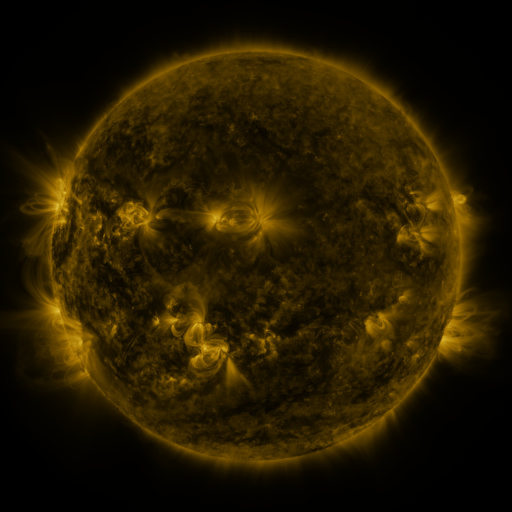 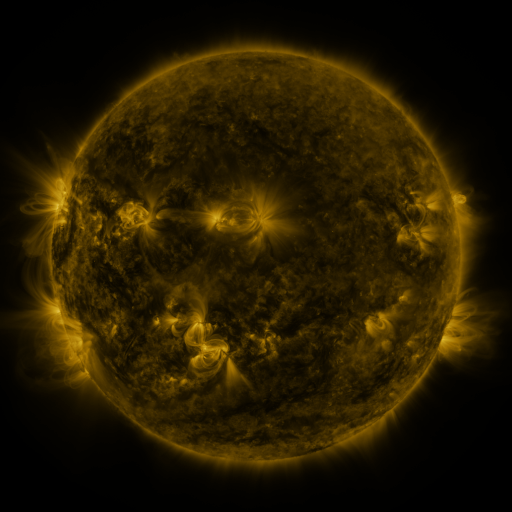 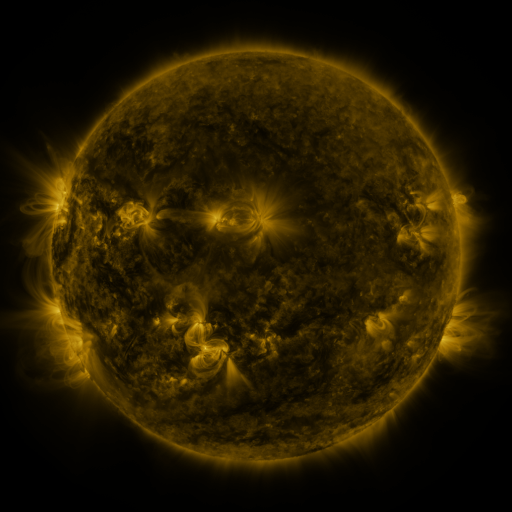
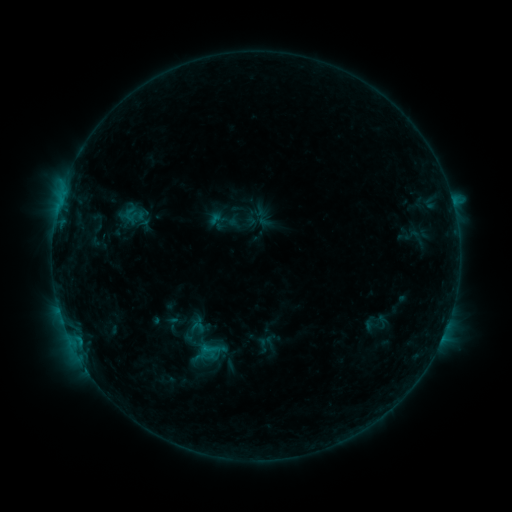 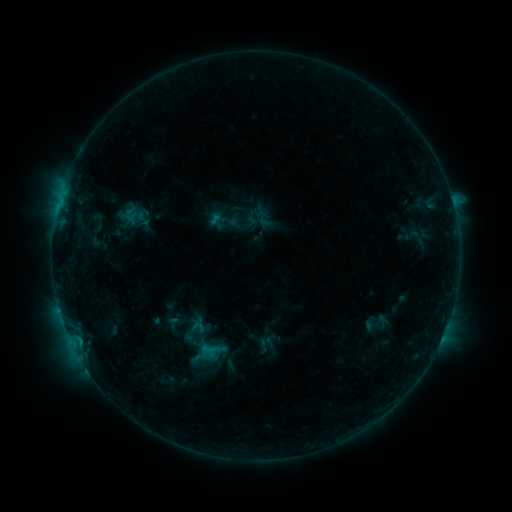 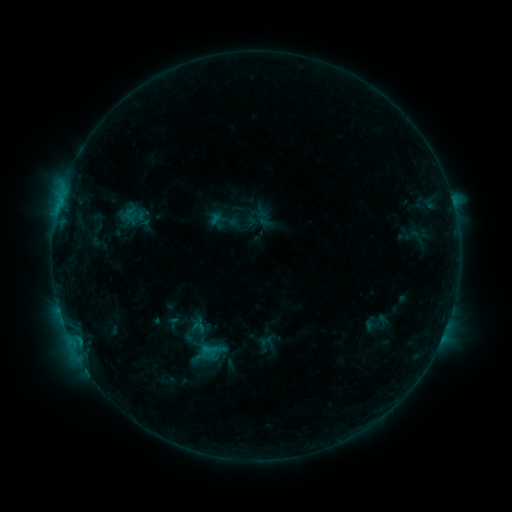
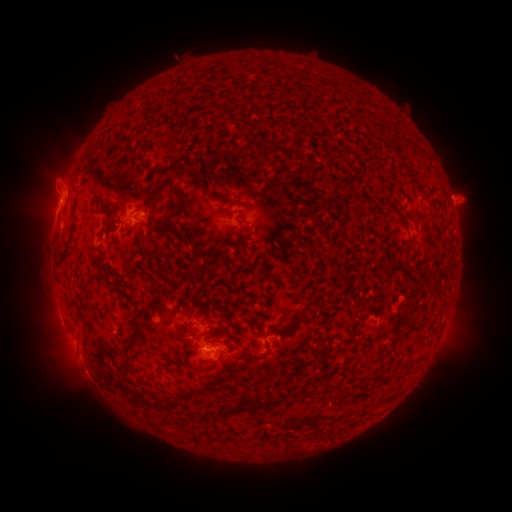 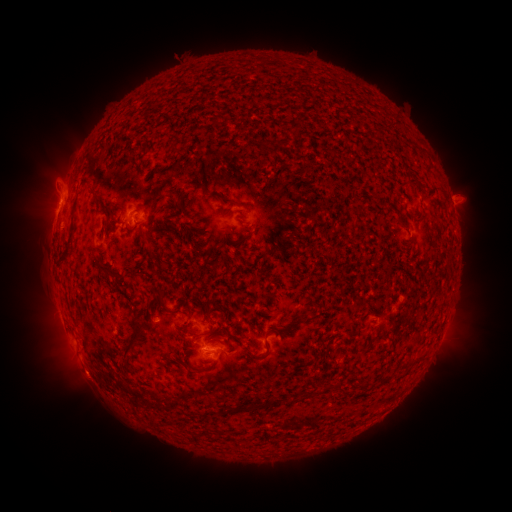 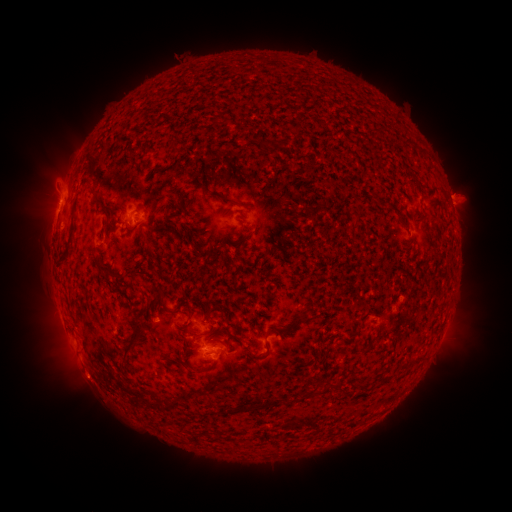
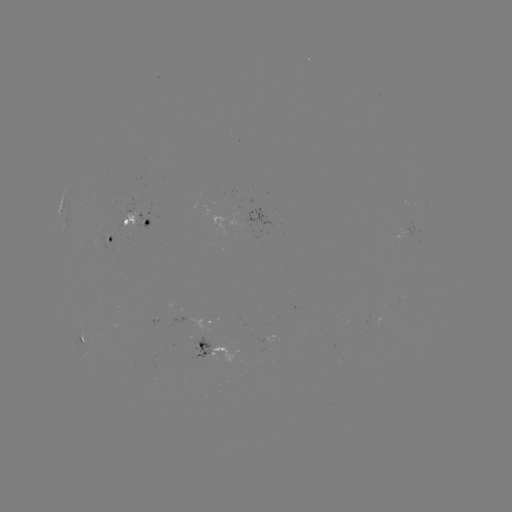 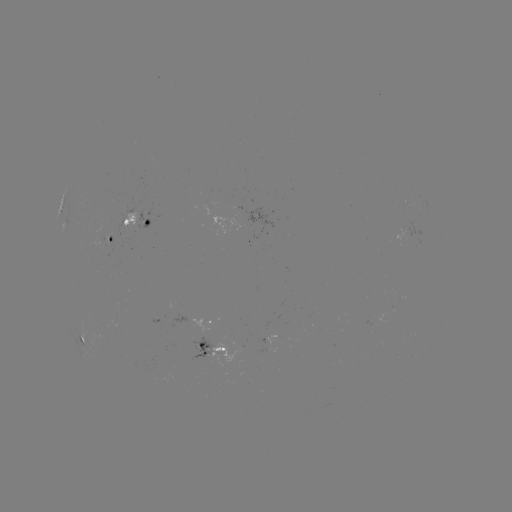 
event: eruption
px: (87, 379)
